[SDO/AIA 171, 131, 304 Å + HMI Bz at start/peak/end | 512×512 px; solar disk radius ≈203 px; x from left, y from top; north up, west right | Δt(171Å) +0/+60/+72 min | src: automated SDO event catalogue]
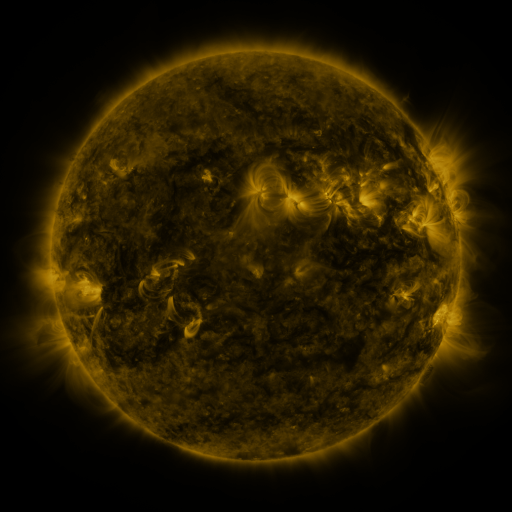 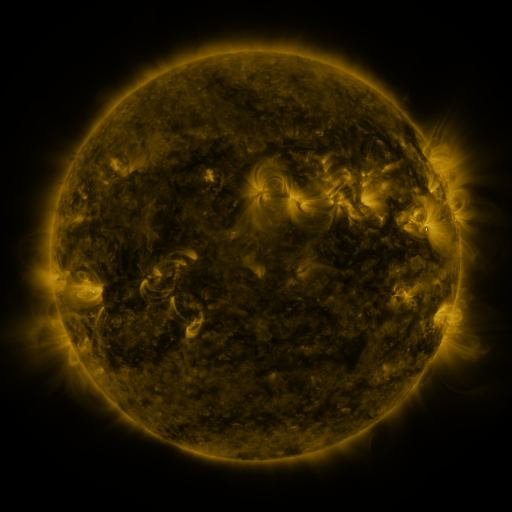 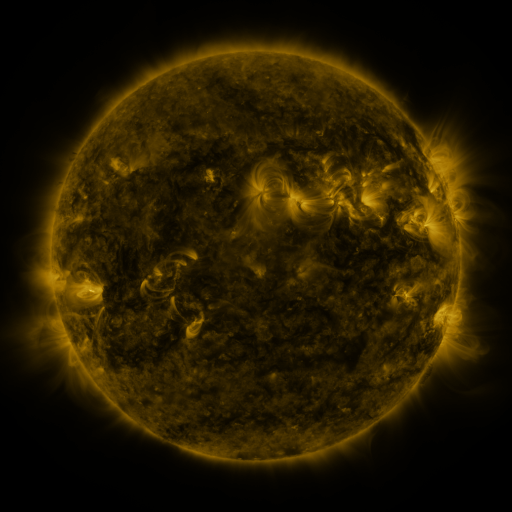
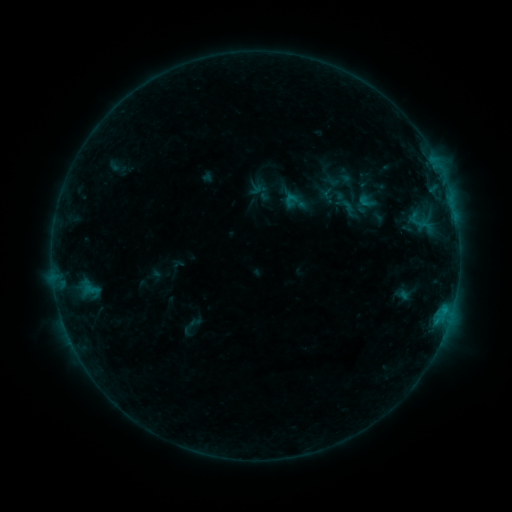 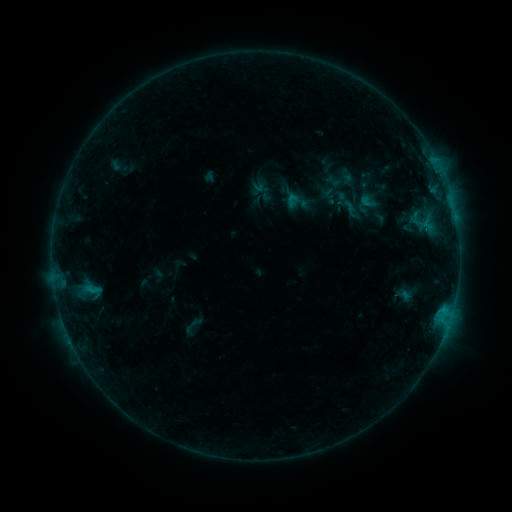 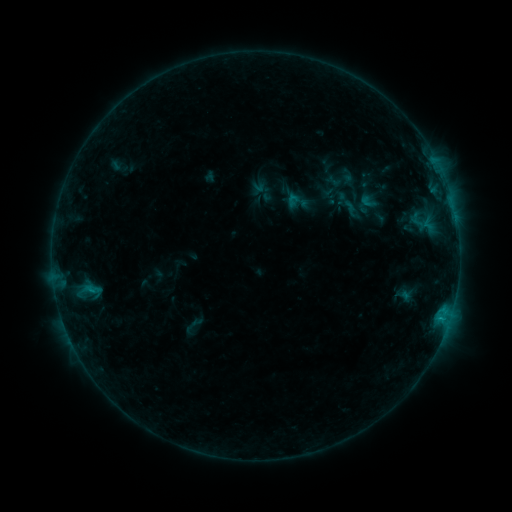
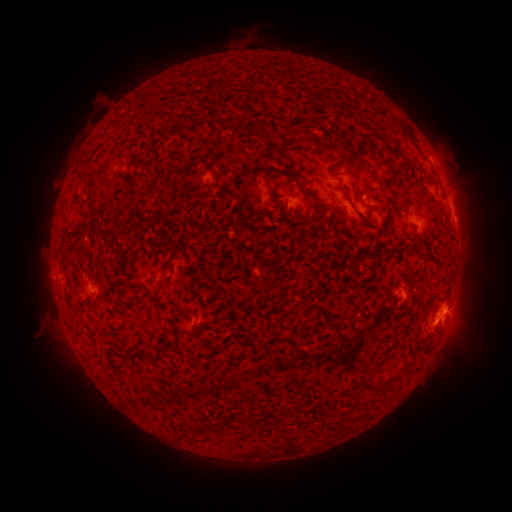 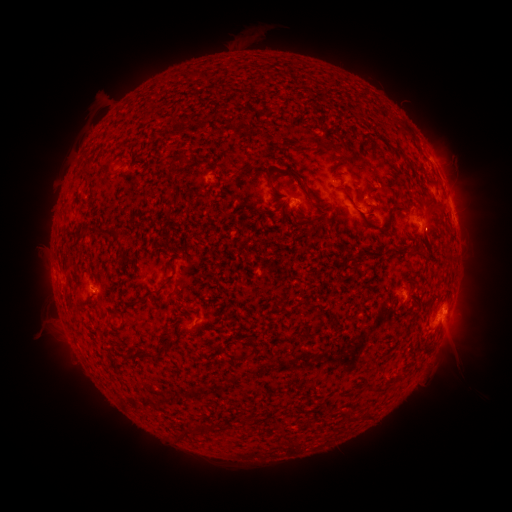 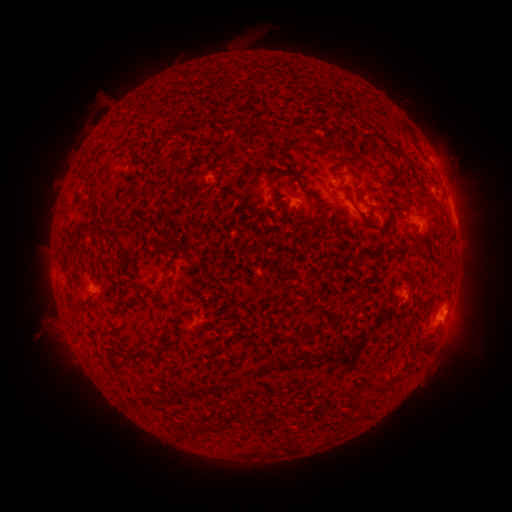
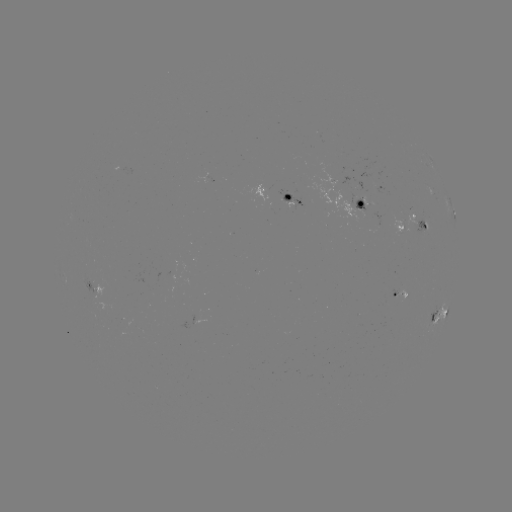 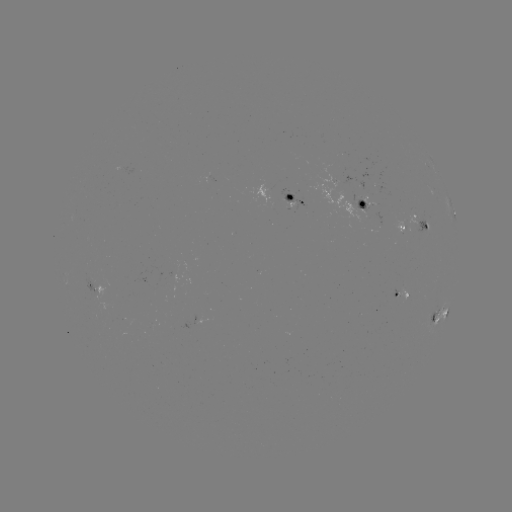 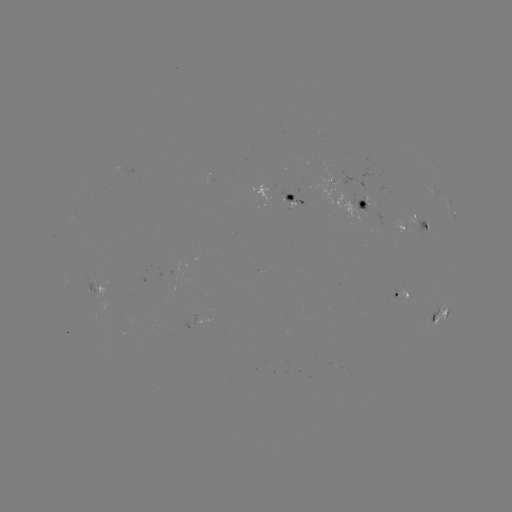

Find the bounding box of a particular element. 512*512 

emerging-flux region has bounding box [350, 195, 367, 219].